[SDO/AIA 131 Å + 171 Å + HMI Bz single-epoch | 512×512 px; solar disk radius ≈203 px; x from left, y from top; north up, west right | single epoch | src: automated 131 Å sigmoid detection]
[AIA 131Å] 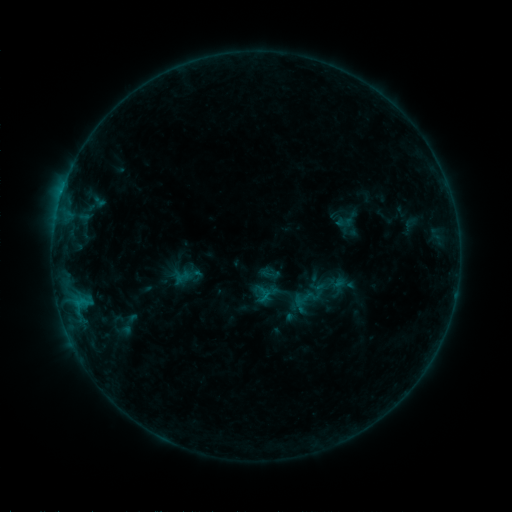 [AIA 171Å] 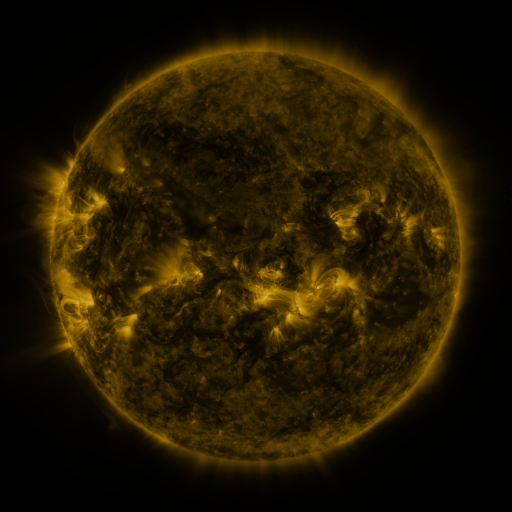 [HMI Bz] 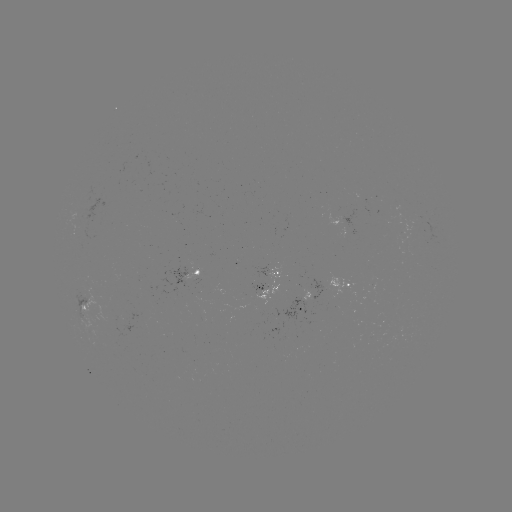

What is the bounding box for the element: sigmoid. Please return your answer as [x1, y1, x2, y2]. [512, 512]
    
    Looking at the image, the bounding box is [332, 207, 361, 233].